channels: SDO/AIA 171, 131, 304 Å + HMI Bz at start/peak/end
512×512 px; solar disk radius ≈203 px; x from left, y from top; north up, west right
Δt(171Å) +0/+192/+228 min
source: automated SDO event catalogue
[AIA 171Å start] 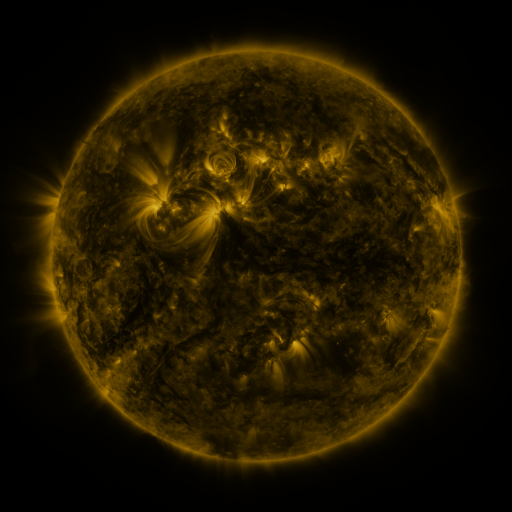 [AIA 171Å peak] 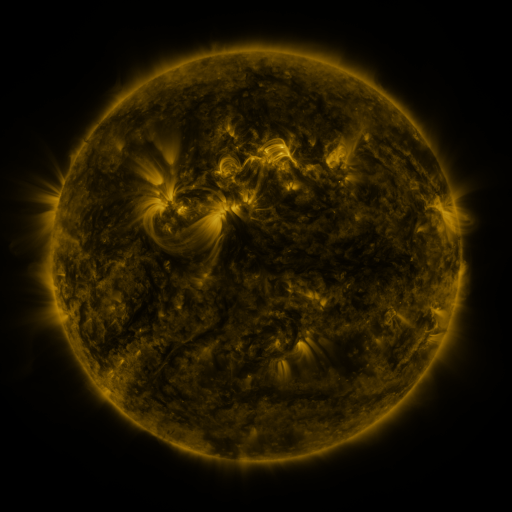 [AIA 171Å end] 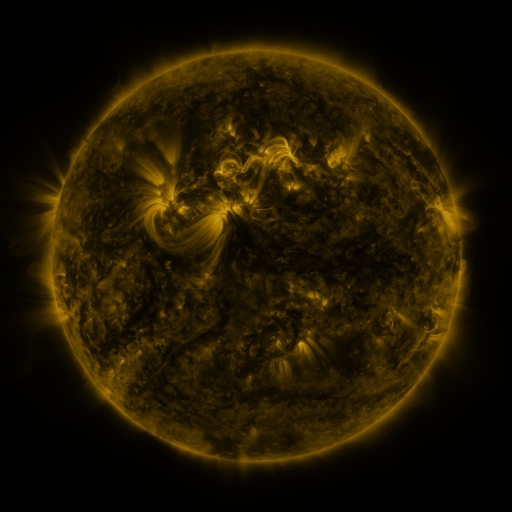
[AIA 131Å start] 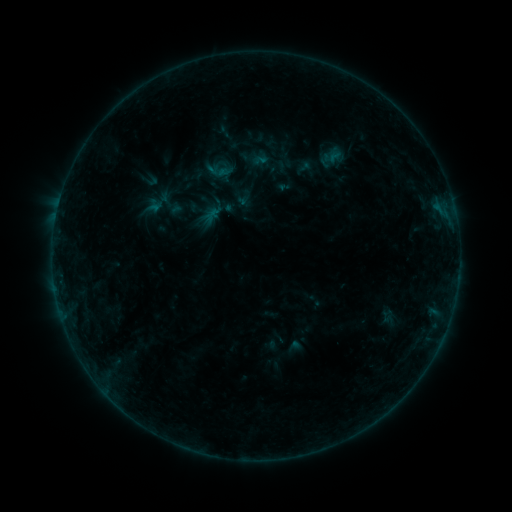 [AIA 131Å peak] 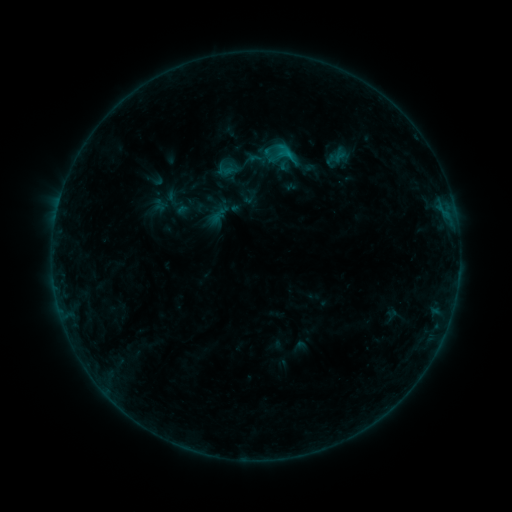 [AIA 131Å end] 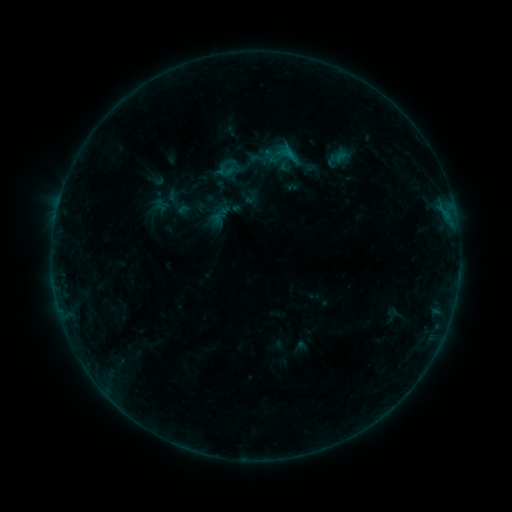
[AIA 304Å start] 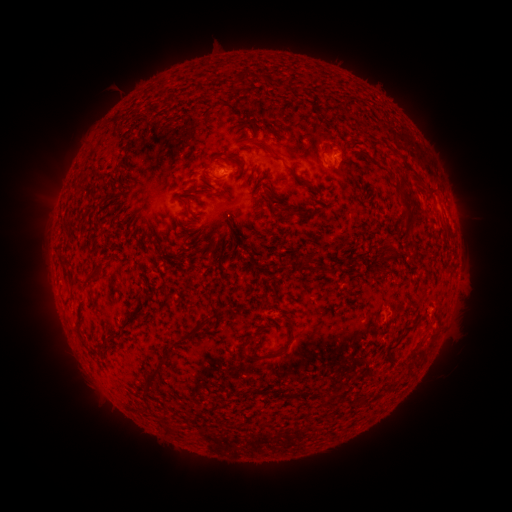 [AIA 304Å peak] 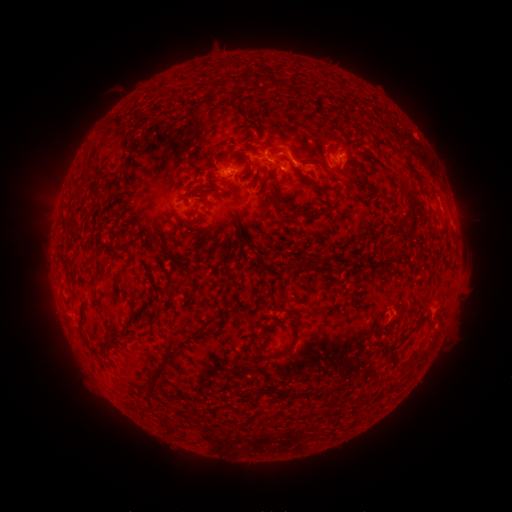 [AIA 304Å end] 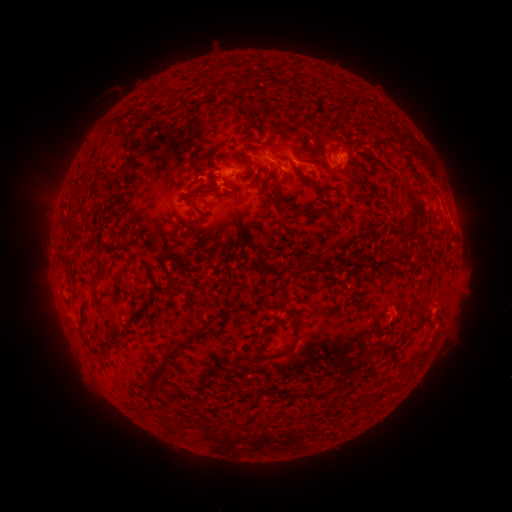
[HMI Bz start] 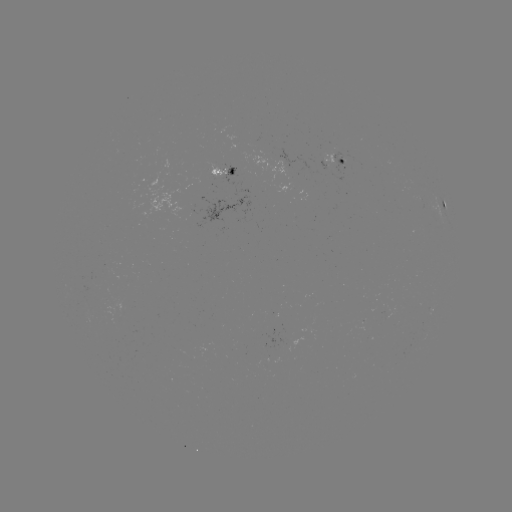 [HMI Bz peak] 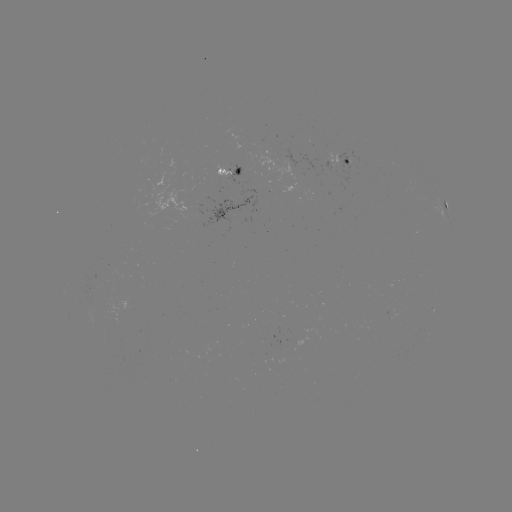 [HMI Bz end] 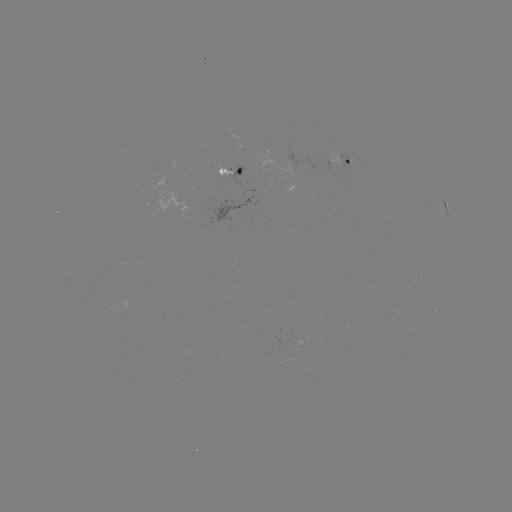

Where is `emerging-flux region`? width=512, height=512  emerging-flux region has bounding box [215, 165, 232, 178].